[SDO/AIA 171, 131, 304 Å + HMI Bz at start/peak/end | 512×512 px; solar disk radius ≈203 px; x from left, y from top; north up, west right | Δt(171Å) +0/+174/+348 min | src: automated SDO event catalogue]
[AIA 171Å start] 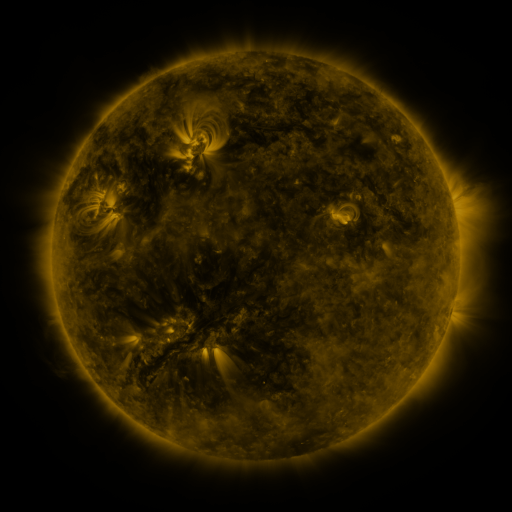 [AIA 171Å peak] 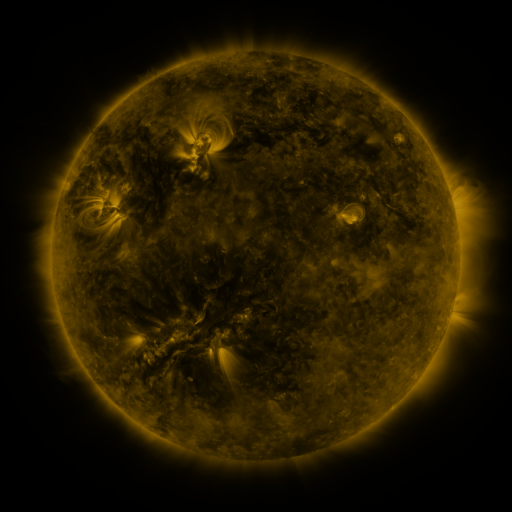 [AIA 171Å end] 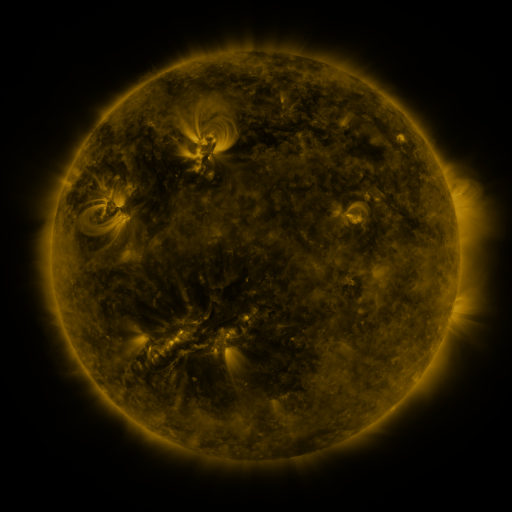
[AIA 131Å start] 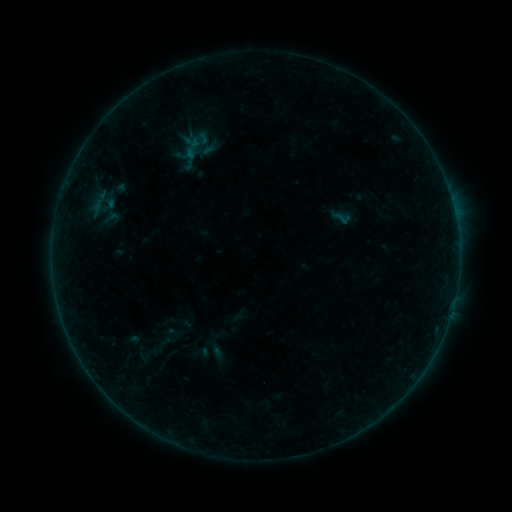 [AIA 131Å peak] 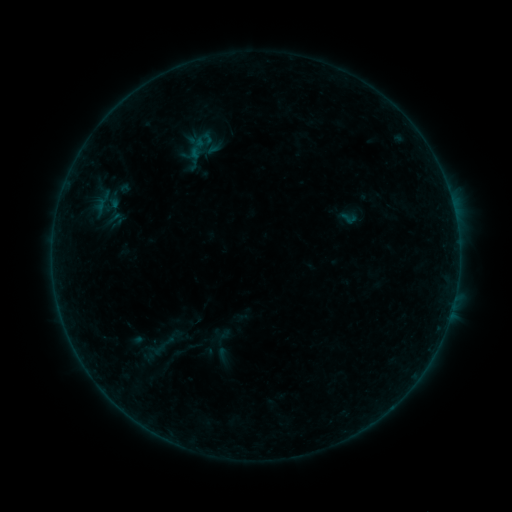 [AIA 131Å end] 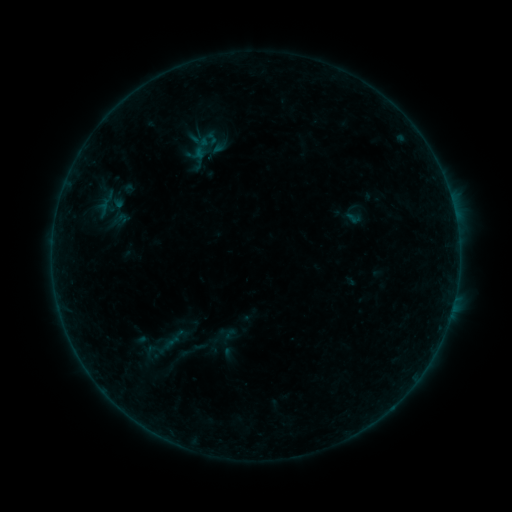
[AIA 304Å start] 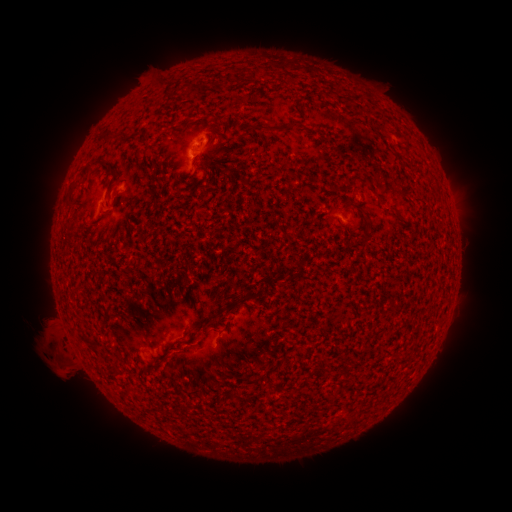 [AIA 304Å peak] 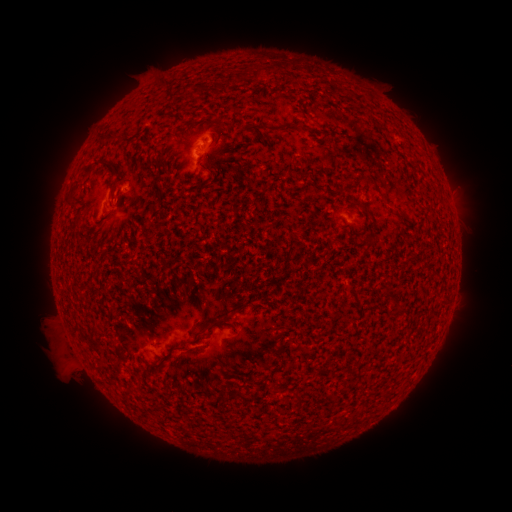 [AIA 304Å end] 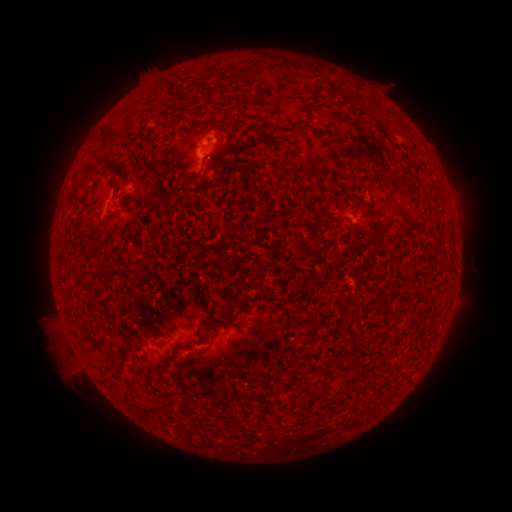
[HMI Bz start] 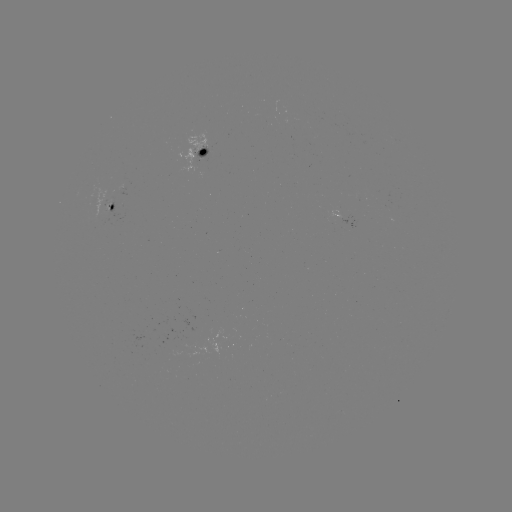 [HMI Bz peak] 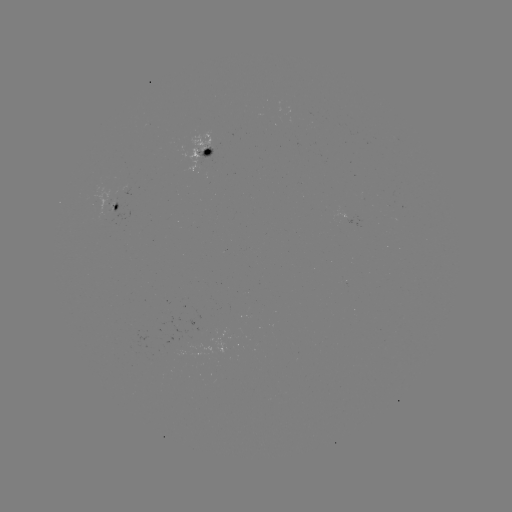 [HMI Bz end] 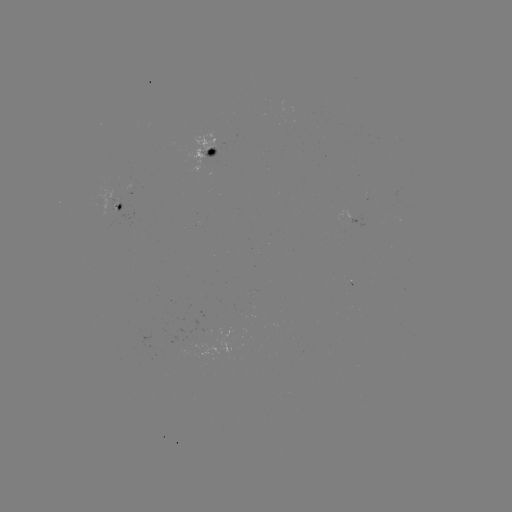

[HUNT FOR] filament eruption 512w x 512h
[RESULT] (279, 274)